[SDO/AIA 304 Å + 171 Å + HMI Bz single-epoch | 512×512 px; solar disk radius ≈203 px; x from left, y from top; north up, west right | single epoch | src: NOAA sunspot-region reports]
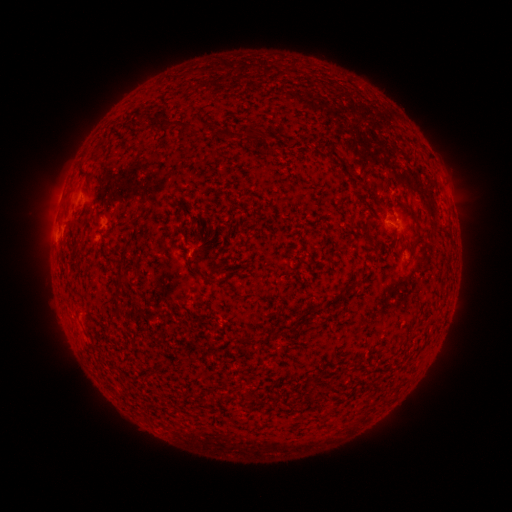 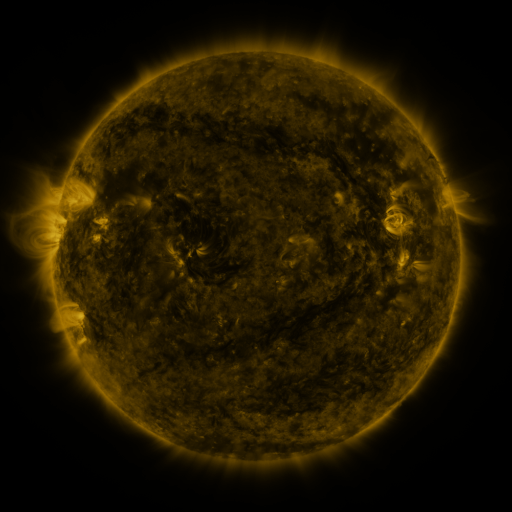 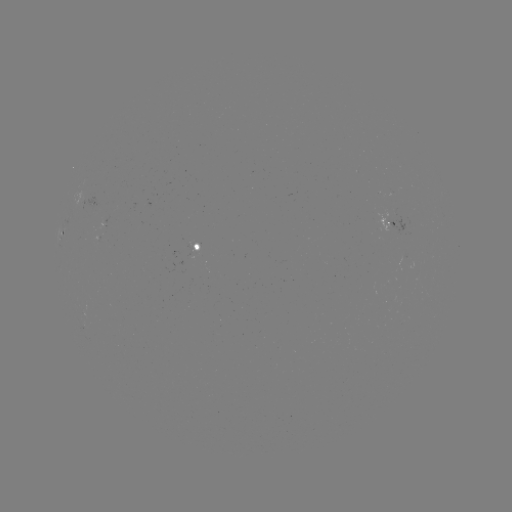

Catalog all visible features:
spotted active region: (105, 223)
spotted active region: (389, 225)
spotted active region: (61, 233)
spotted active region: (203, 246)
